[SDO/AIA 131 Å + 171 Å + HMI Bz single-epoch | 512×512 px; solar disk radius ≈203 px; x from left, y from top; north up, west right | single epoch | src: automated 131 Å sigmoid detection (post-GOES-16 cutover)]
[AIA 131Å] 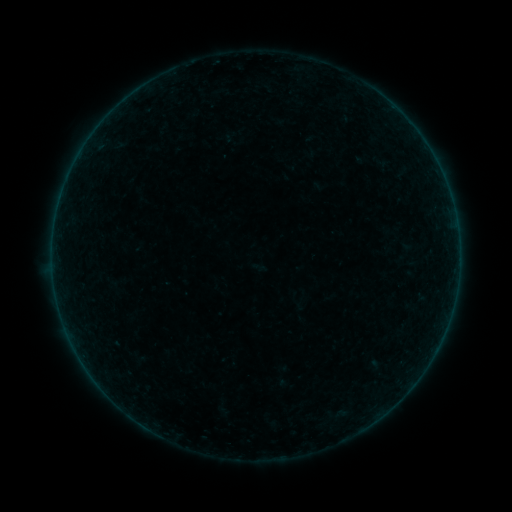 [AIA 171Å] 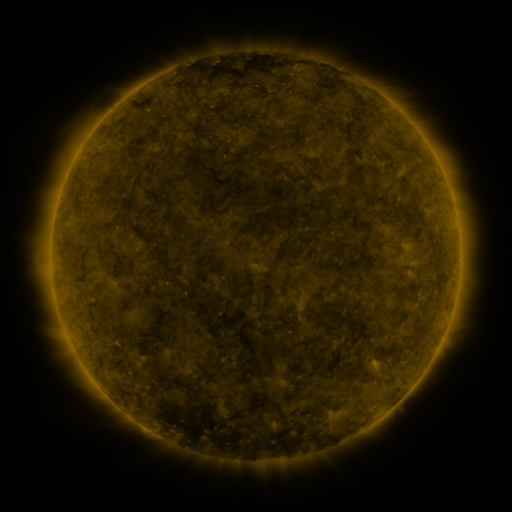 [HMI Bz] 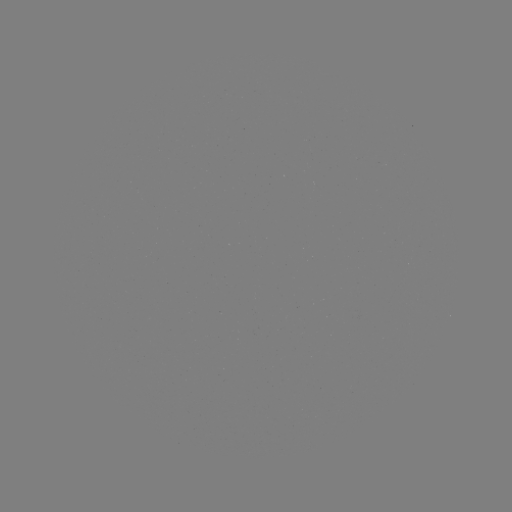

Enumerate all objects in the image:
sigmoid: <bbox>365, 150, 394, 172</bbox>
